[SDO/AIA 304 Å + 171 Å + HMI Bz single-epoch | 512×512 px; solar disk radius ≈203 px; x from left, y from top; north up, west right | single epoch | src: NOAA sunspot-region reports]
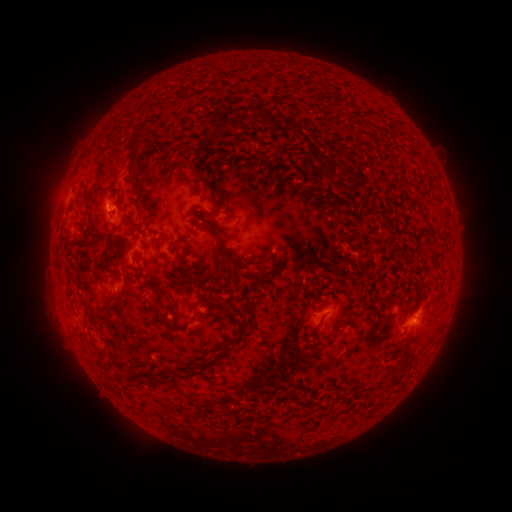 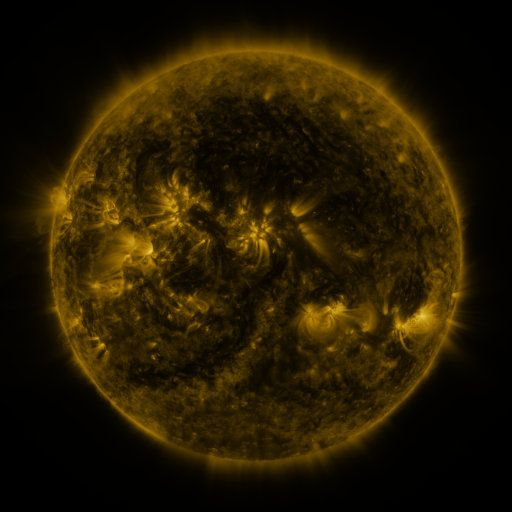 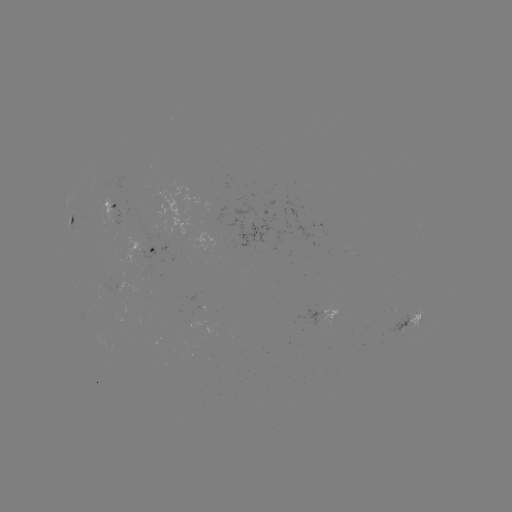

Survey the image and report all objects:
spotted active region: (117, 213)
spotted active region: (75, 222)
spotted active region: (151, 251)
spotted active region: (133, 289)
spotted active region: (324, 316)
spotted active region: (413, 320)
